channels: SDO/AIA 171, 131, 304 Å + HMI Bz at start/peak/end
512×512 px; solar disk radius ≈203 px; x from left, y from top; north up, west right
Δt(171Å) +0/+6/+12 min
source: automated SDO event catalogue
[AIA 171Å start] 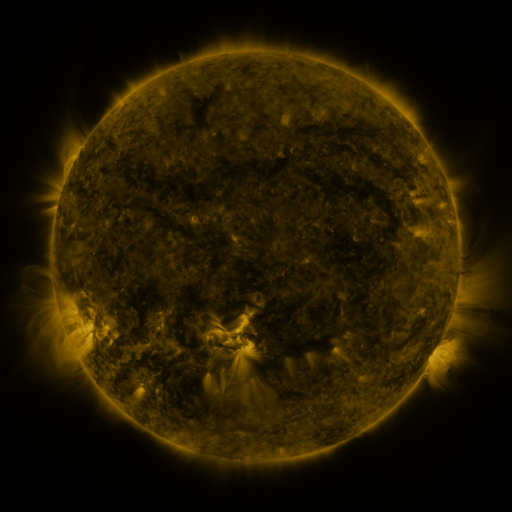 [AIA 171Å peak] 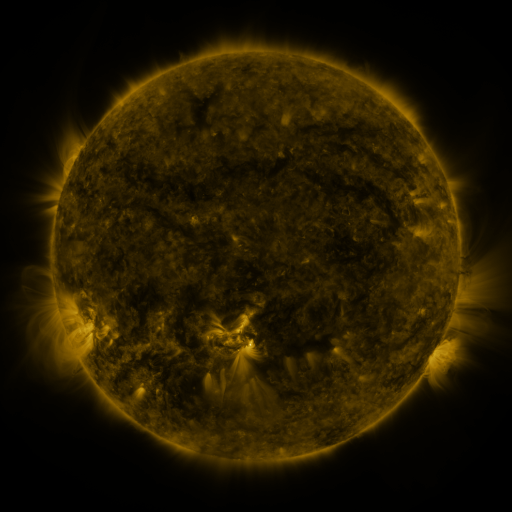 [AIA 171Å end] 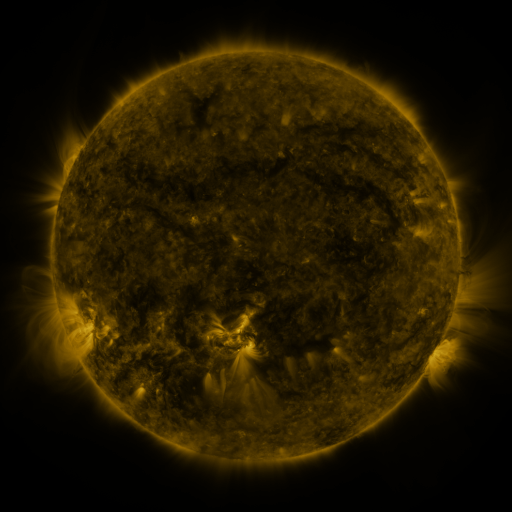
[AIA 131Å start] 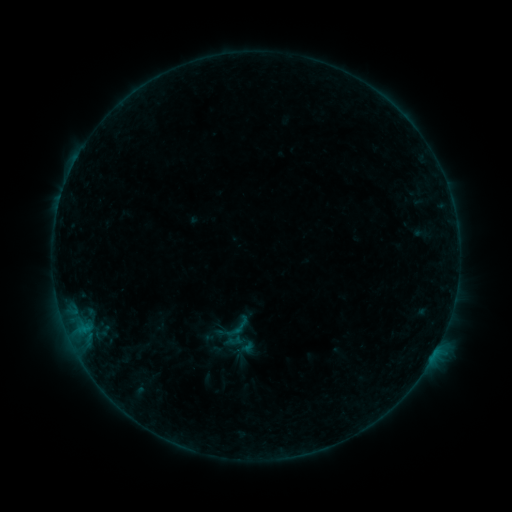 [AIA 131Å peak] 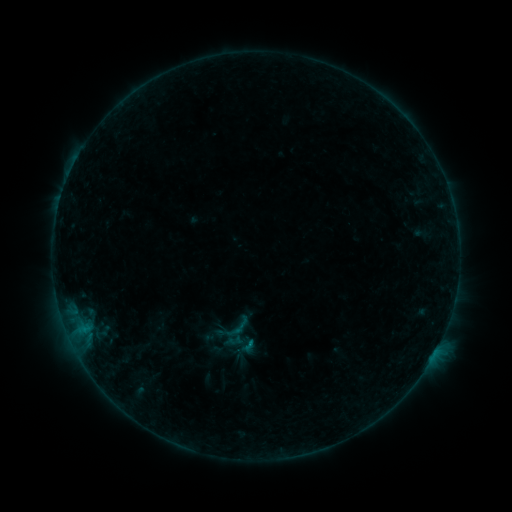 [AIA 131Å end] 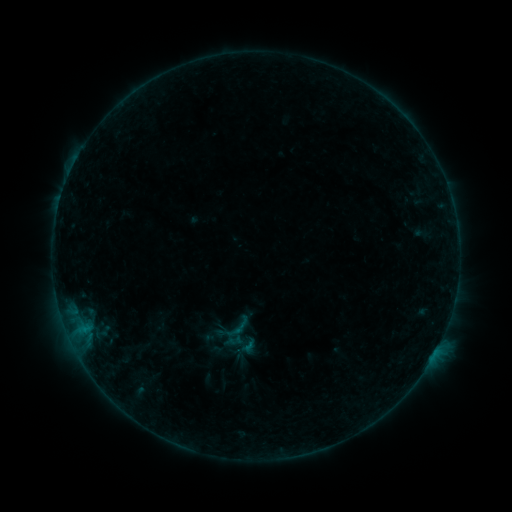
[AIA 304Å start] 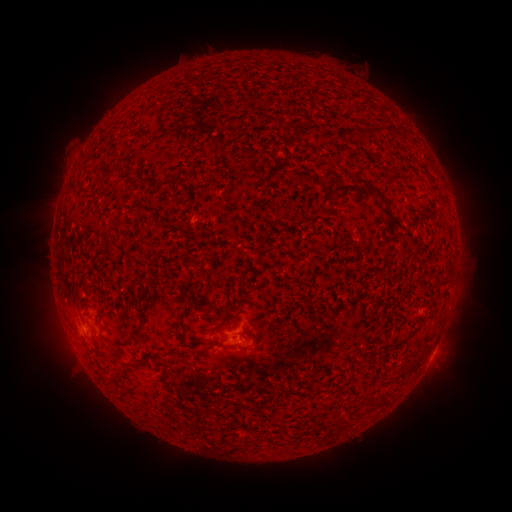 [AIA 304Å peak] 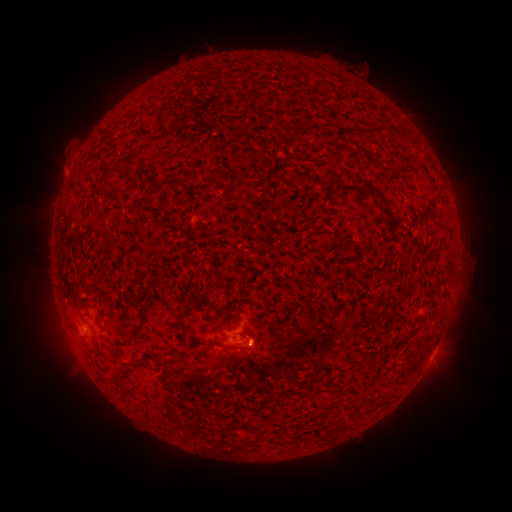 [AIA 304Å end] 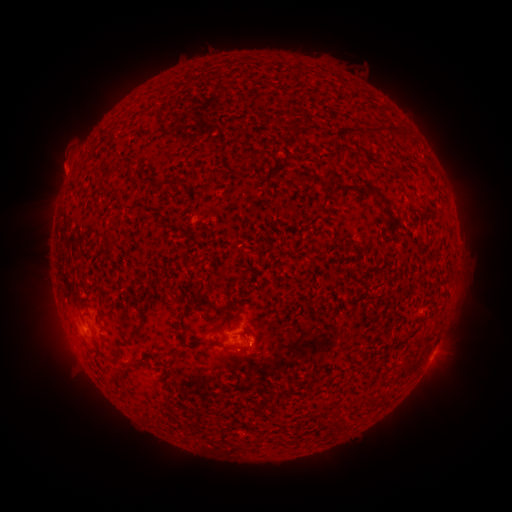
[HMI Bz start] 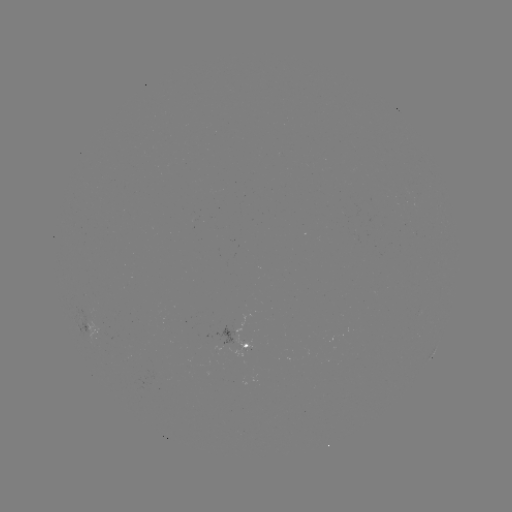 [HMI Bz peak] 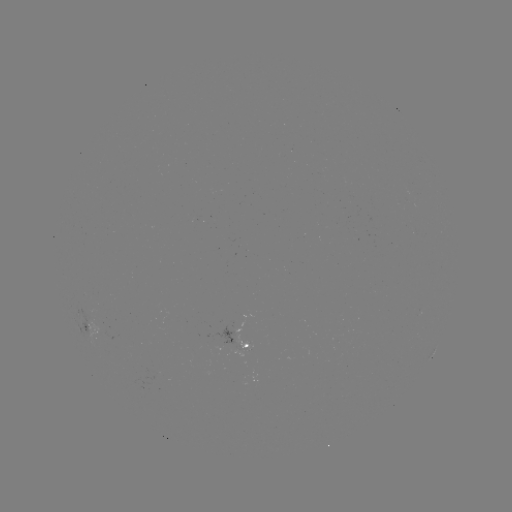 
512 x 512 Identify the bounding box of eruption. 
[44, 147, 85, 187].